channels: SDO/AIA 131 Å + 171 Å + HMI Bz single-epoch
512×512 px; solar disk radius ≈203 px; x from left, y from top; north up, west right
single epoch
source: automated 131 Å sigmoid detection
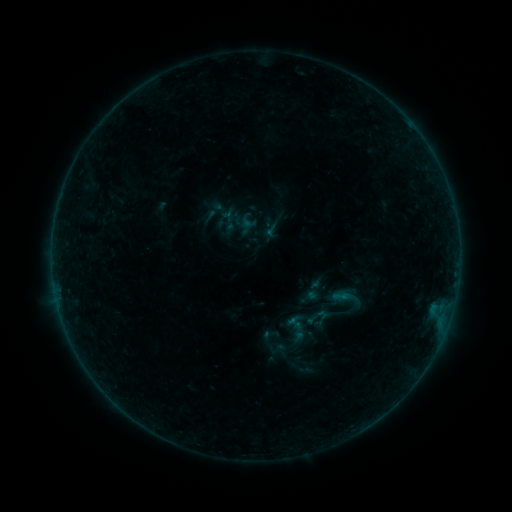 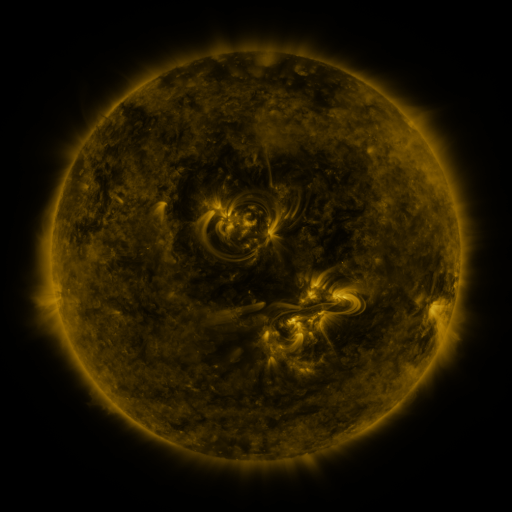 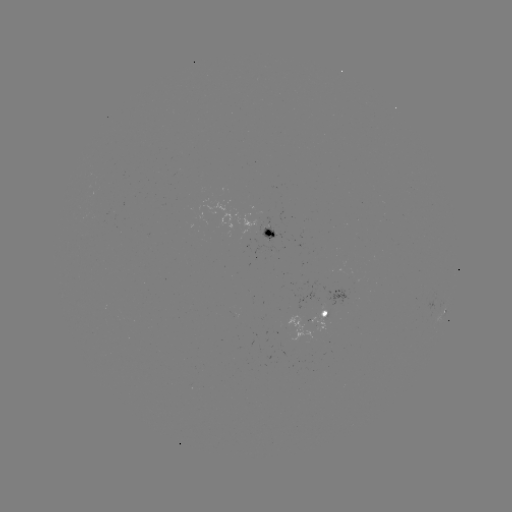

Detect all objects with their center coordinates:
sigmoid: (314, 290)
sigmoid: (317, 317)
